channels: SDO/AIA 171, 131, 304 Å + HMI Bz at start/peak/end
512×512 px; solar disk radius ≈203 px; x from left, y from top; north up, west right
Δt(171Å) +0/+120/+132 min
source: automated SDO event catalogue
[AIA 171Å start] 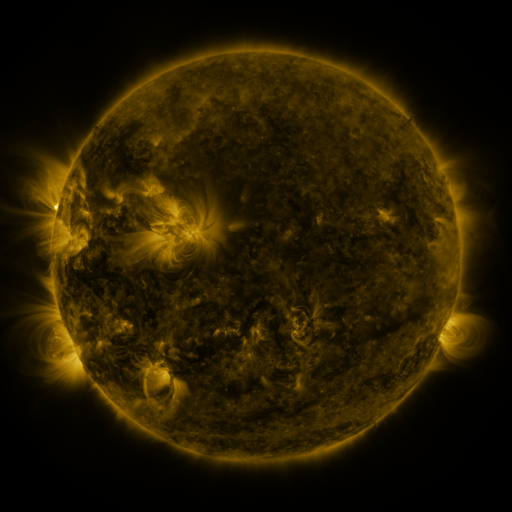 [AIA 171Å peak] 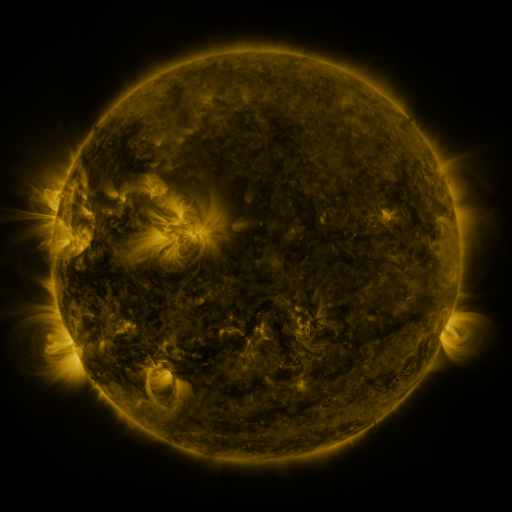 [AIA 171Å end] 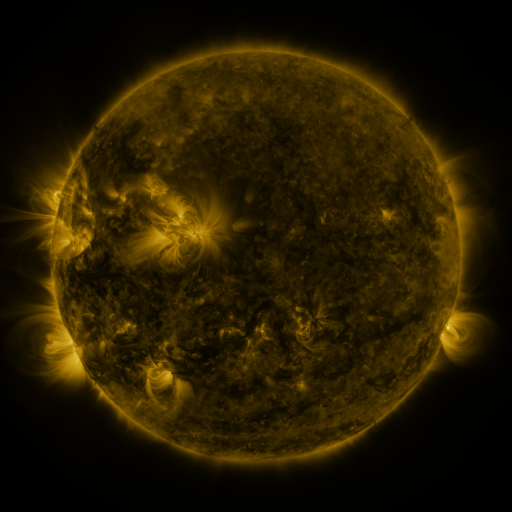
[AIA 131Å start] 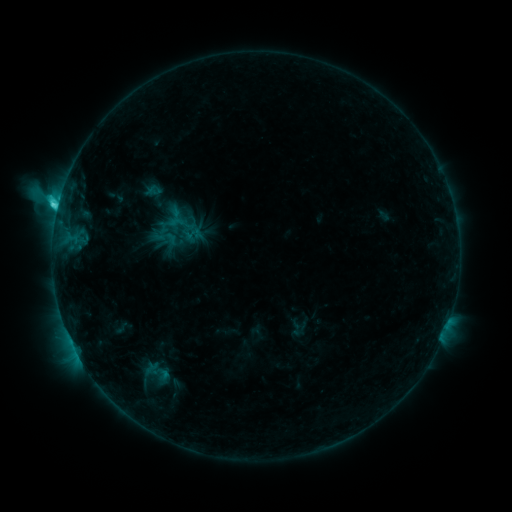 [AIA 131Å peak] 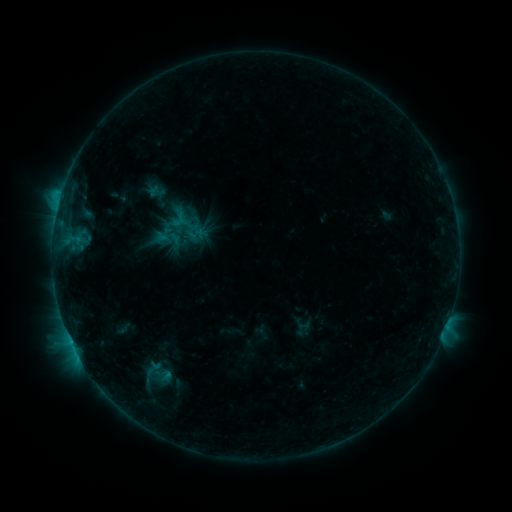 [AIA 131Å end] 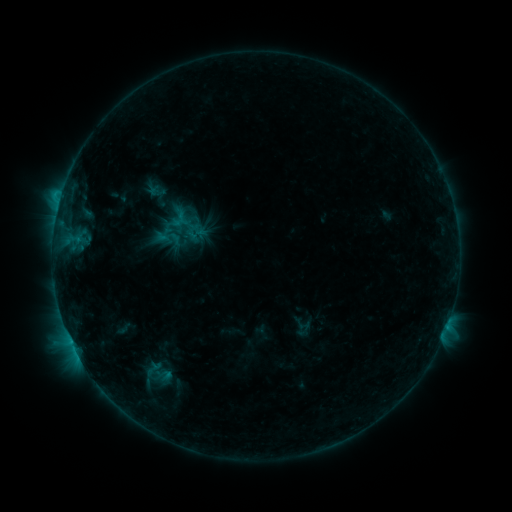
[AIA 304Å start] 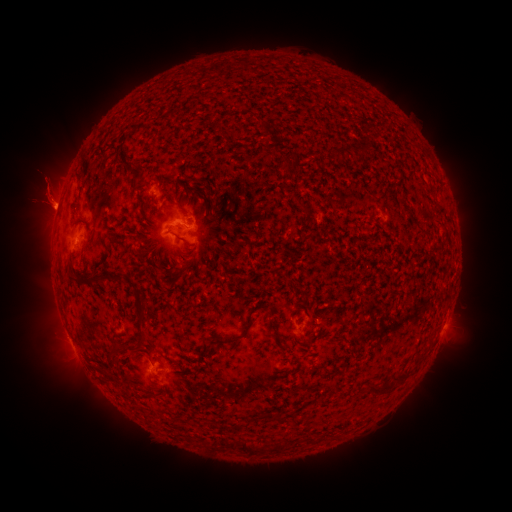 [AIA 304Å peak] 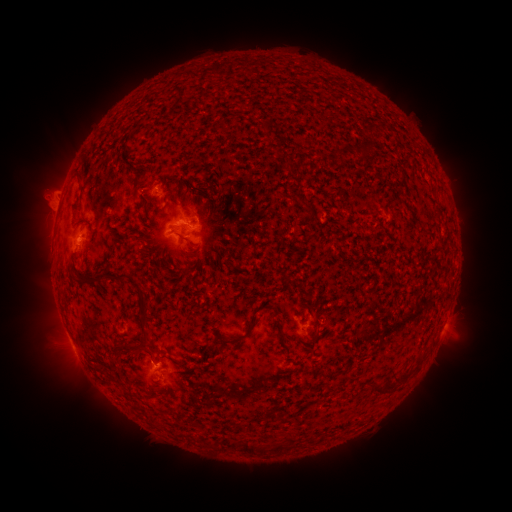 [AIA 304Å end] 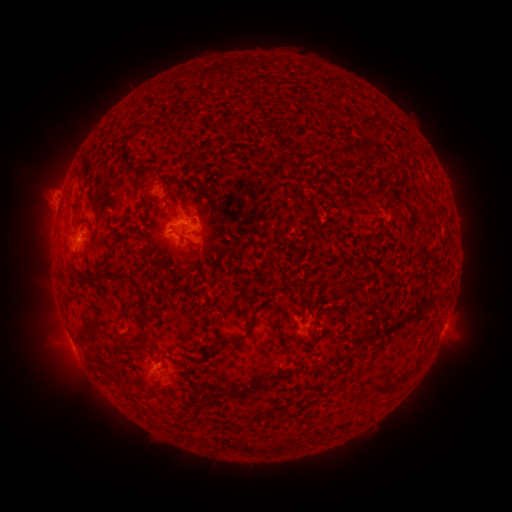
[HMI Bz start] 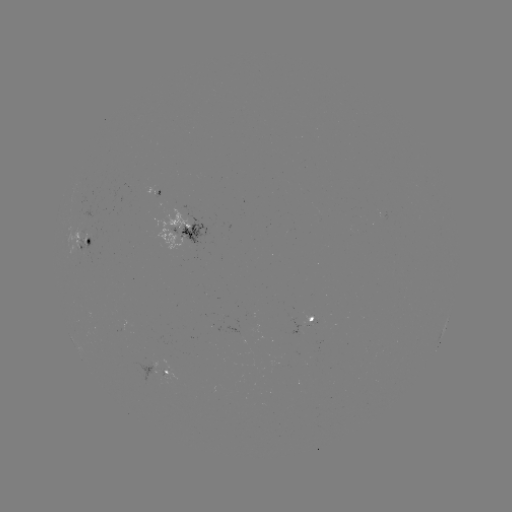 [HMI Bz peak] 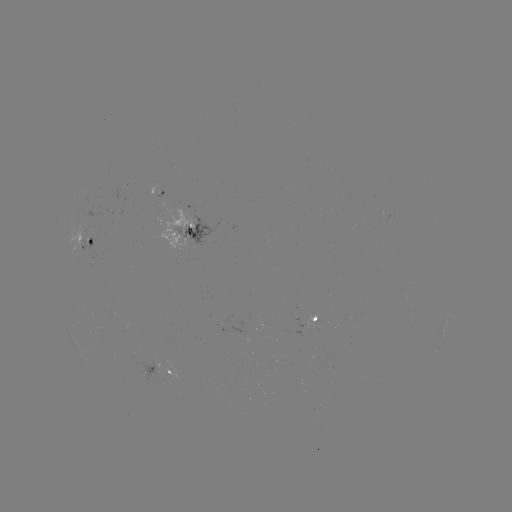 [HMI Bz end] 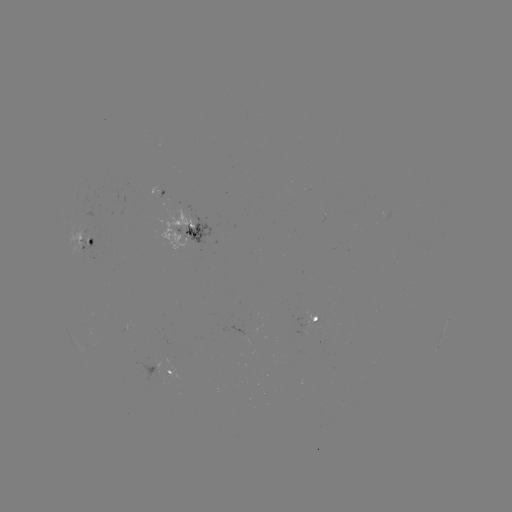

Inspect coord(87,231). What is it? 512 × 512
emerging-flux region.